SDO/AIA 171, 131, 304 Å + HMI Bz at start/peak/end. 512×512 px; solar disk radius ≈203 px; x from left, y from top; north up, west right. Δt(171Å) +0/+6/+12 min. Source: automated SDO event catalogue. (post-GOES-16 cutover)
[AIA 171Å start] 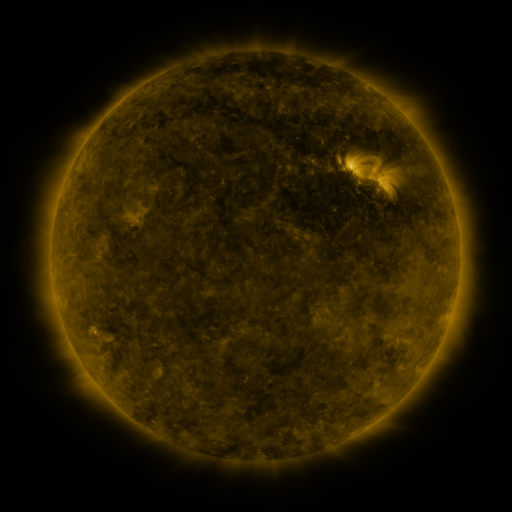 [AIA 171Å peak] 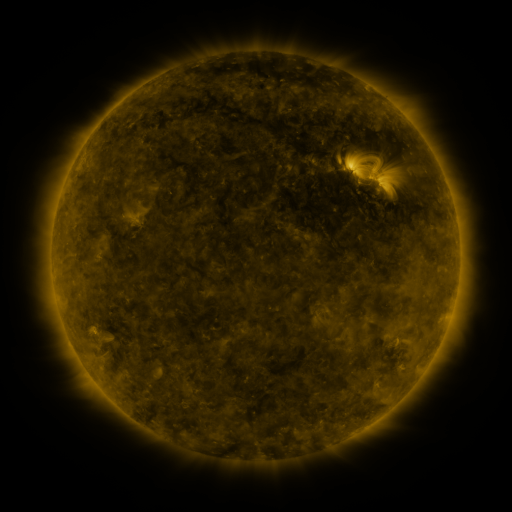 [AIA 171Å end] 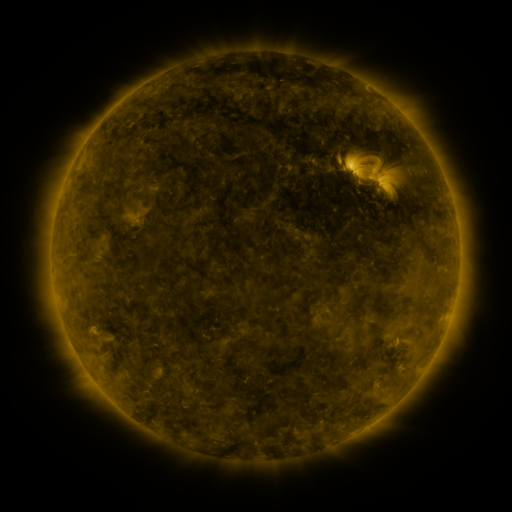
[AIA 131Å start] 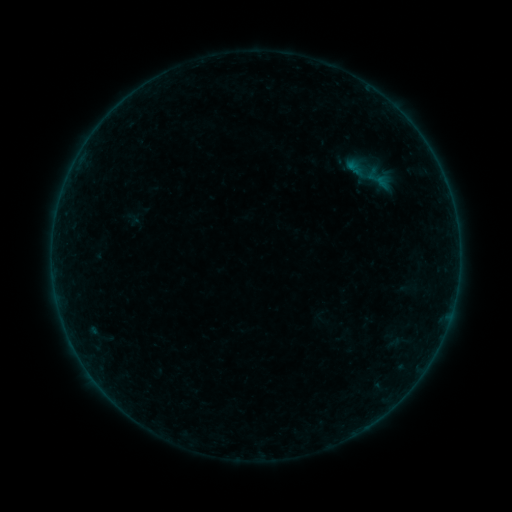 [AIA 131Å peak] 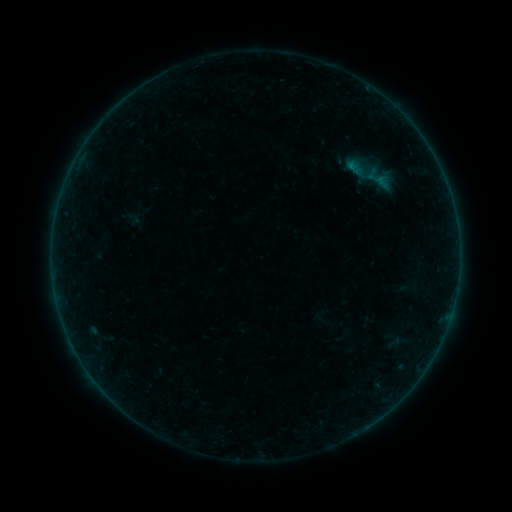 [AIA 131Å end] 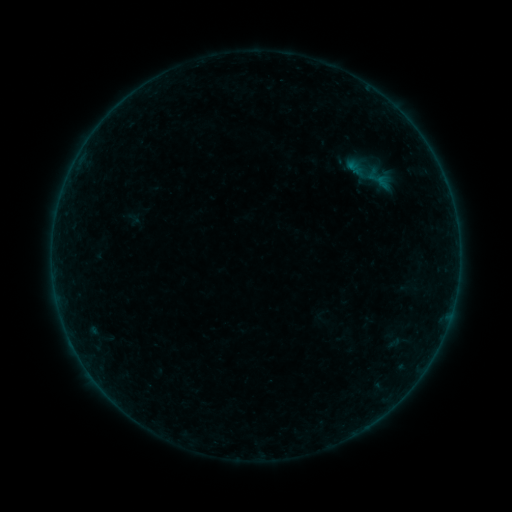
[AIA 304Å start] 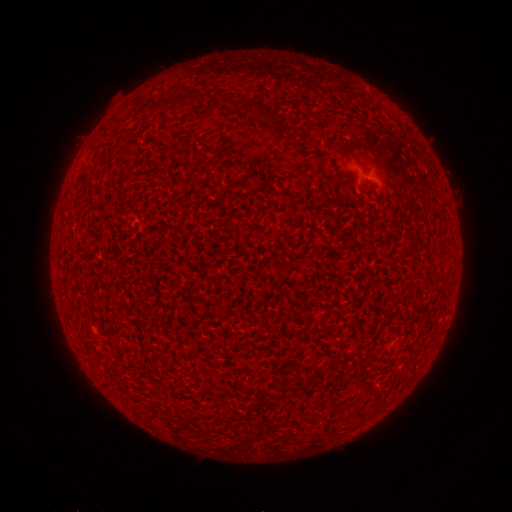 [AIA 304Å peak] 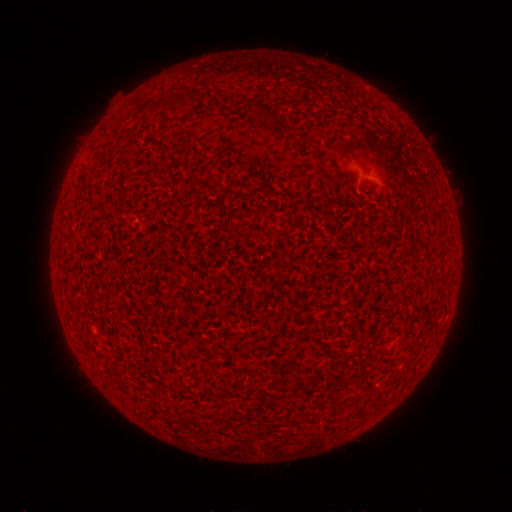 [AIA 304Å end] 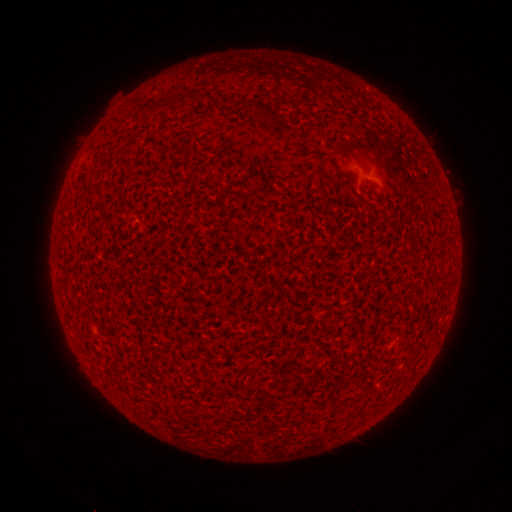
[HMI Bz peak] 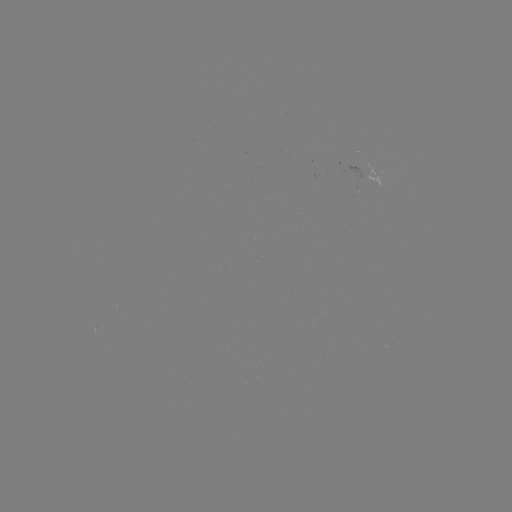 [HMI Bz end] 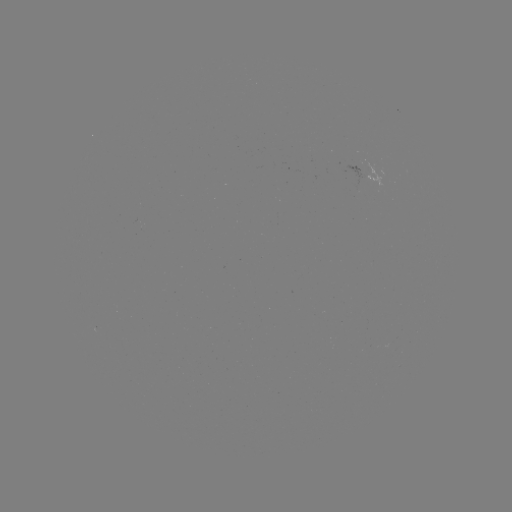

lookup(A6.2 flare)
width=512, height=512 [281, 82]